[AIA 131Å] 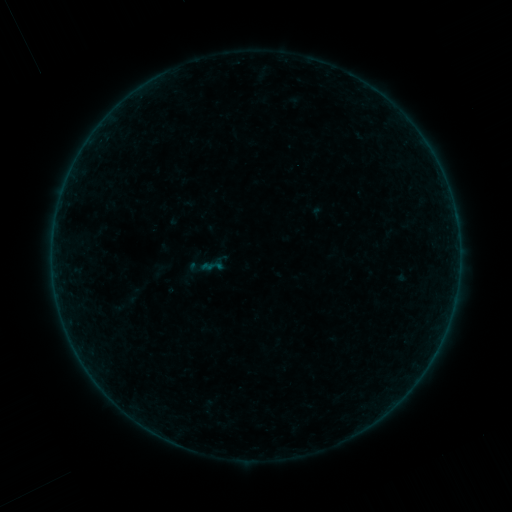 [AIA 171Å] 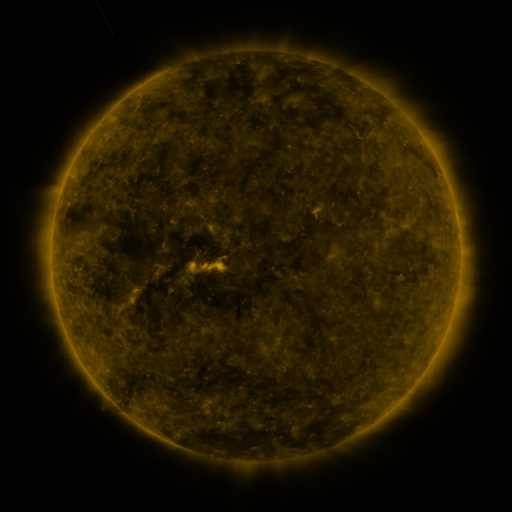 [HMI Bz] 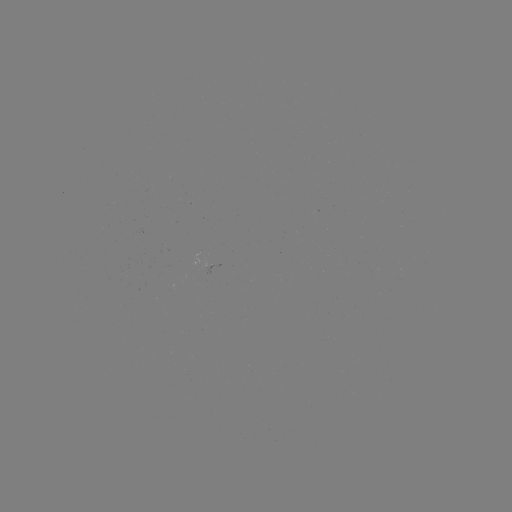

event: sigmoid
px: (212, 266)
